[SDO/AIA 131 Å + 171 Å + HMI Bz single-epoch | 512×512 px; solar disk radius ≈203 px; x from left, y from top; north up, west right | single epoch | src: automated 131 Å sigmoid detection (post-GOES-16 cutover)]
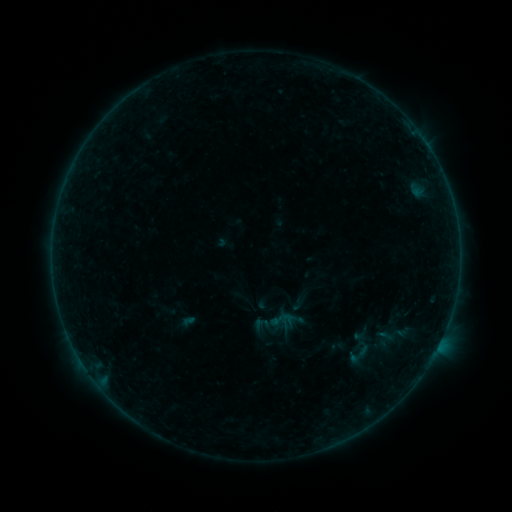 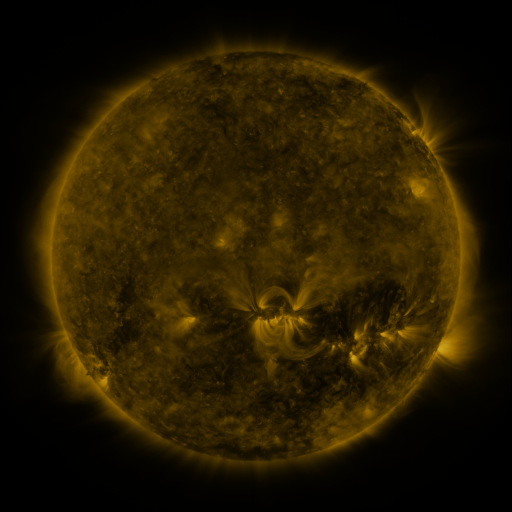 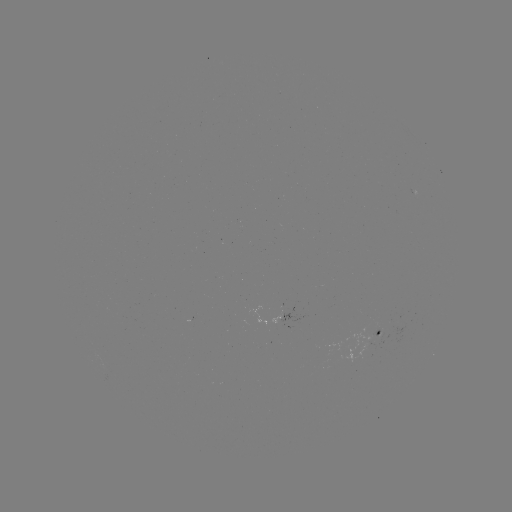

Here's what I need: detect sigmoid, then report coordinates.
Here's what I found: sigmoid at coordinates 358,354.